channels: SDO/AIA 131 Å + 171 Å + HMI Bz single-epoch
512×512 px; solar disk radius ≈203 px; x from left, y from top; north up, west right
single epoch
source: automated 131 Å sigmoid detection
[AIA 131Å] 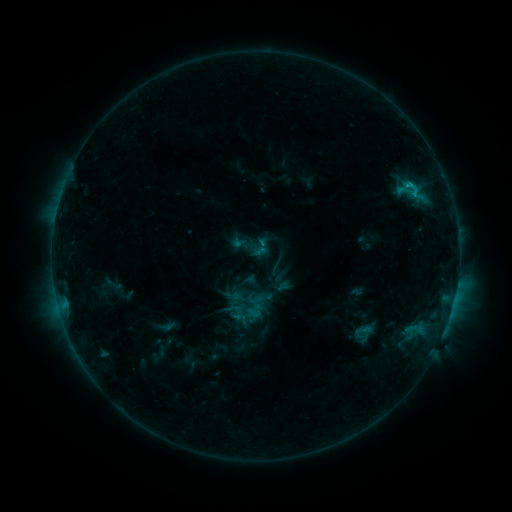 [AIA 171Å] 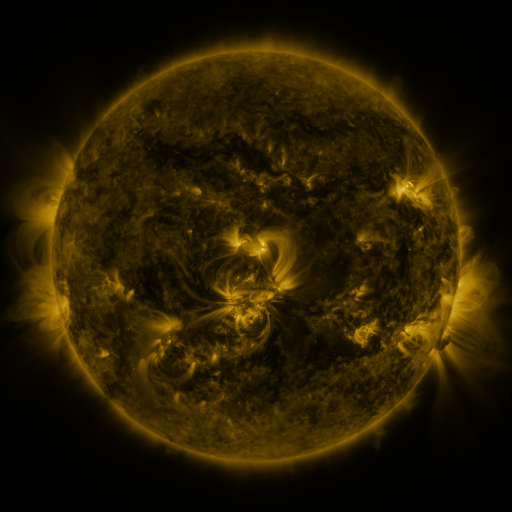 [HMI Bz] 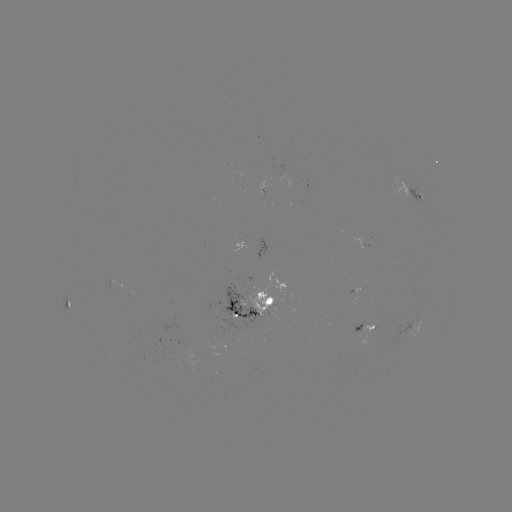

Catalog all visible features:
sigmoid: <bbox>228, 223, 273, 267</bbox>
sigmoid: <bbox>244, 272, 265, 293</bbox>
sigmoid: <bbox>353, 321, 372, 341</bbox>
